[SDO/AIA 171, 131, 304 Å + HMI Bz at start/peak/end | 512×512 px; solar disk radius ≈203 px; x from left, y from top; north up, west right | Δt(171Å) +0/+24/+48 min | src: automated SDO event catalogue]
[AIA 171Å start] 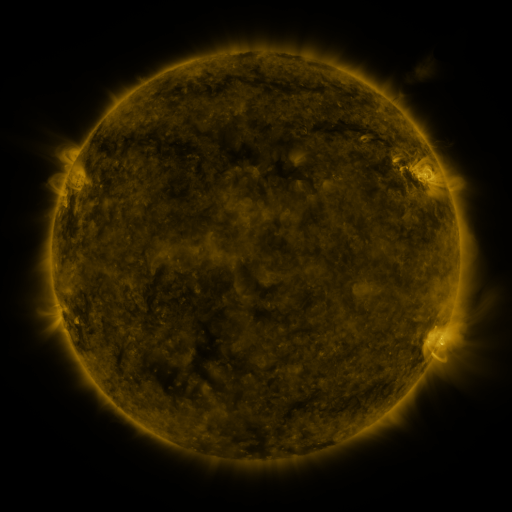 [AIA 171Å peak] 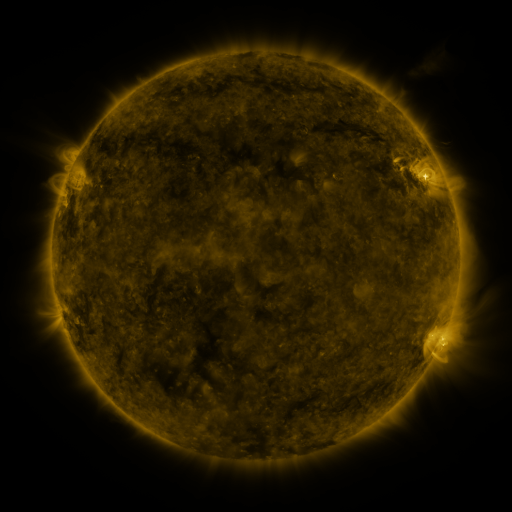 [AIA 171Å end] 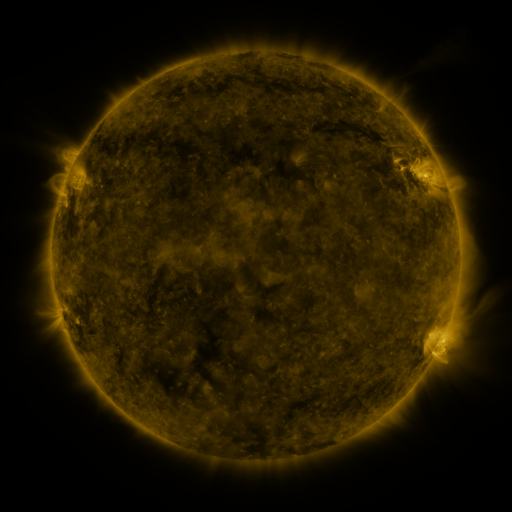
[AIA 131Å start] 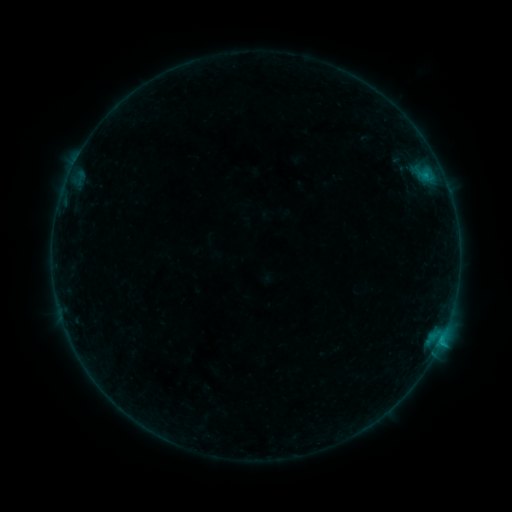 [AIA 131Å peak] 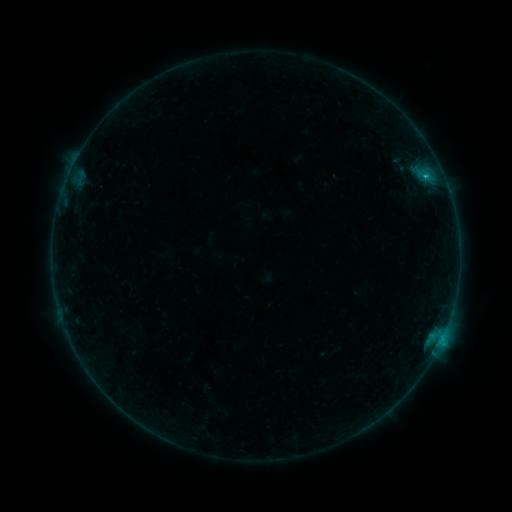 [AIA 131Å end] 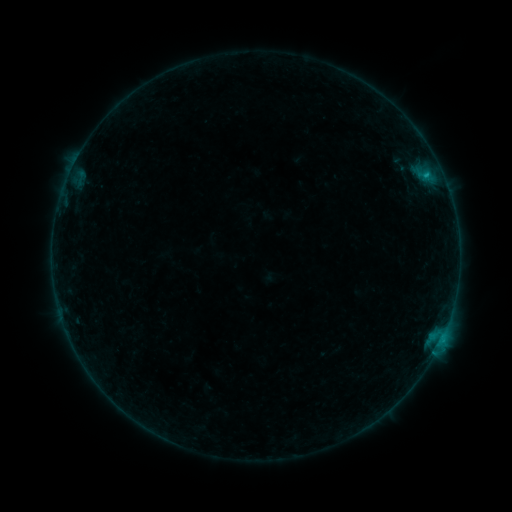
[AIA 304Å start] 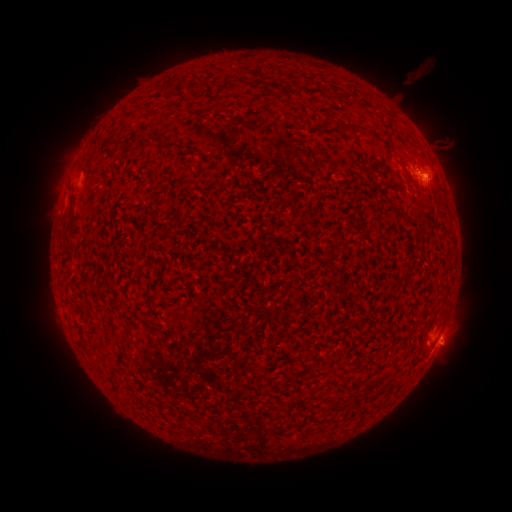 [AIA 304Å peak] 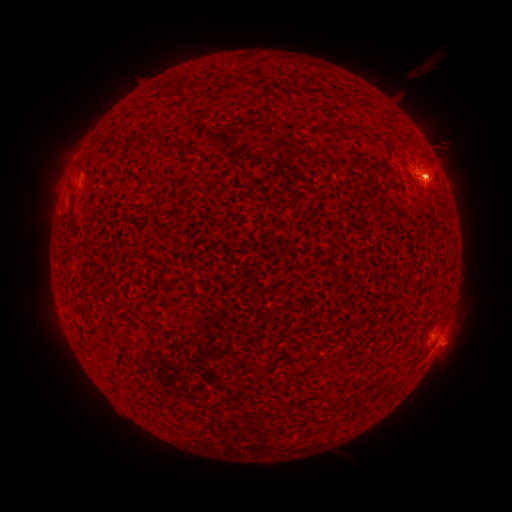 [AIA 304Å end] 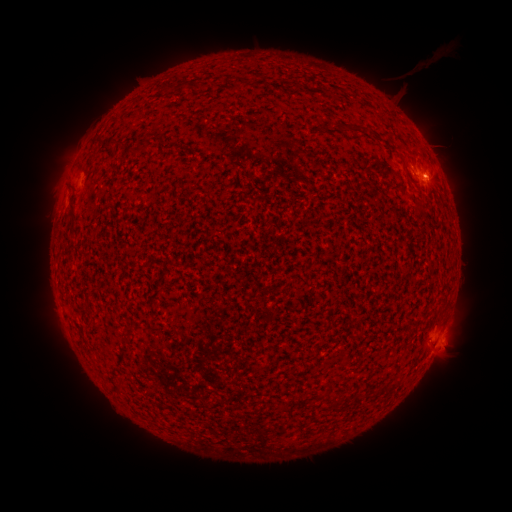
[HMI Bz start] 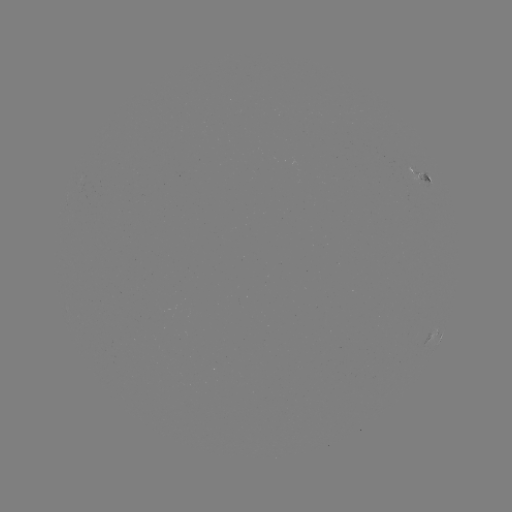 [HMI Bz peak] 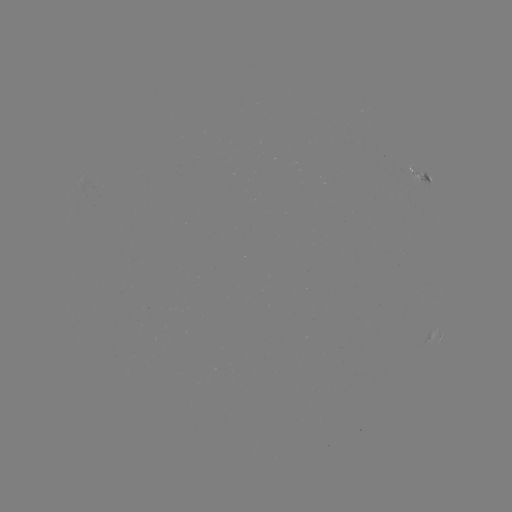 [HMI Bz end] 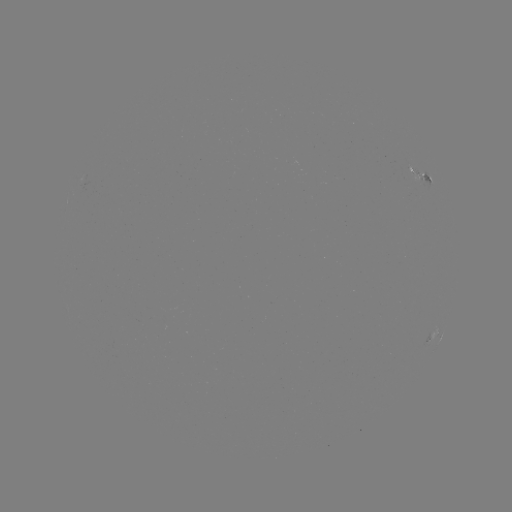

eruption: [408, 42, 455, 88]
